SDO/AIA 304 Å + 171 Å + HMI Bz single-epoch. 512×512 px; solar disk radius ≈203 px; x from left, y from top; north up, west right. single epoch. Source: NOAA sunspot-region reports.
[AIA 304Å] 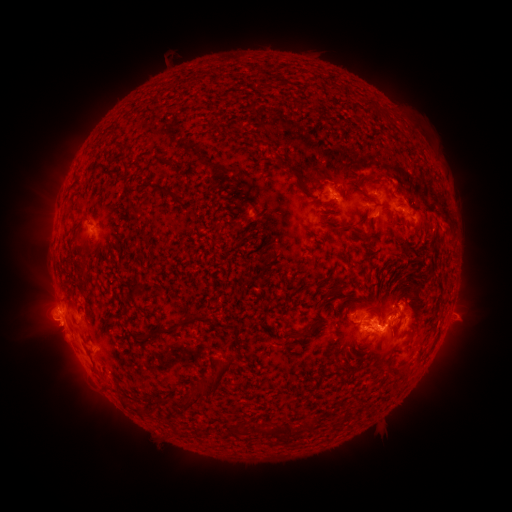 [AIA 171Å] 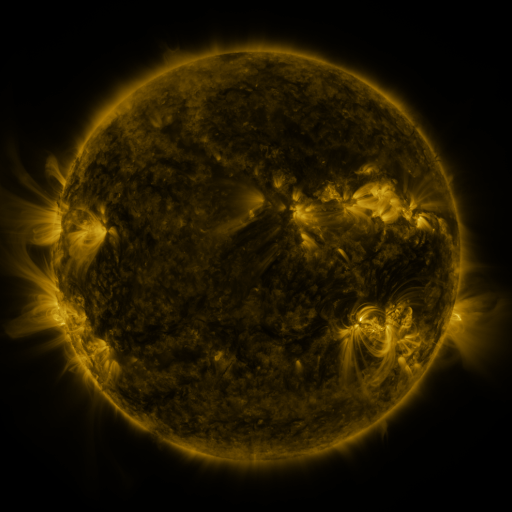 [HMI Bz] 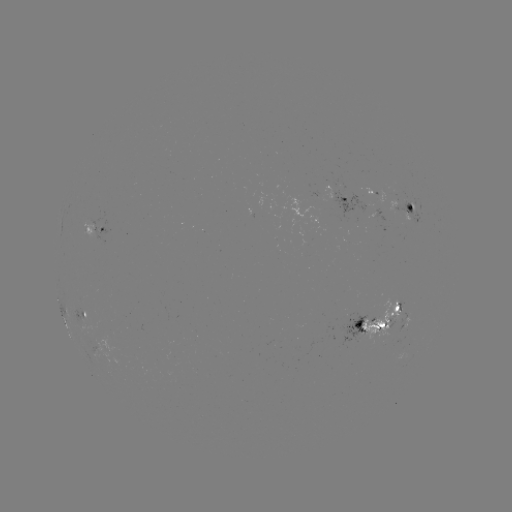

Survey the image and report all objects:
spotted active region: (344, 203)
spotted active region: (411, 210)
spotted active region: (97, 231)
spotted active region: (80, 313)
spotted active region: (370, 324)
